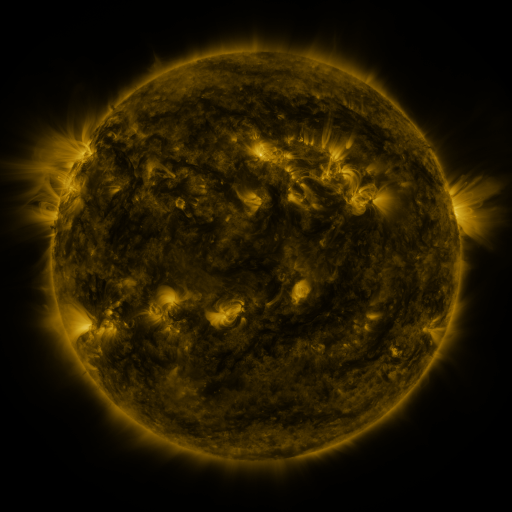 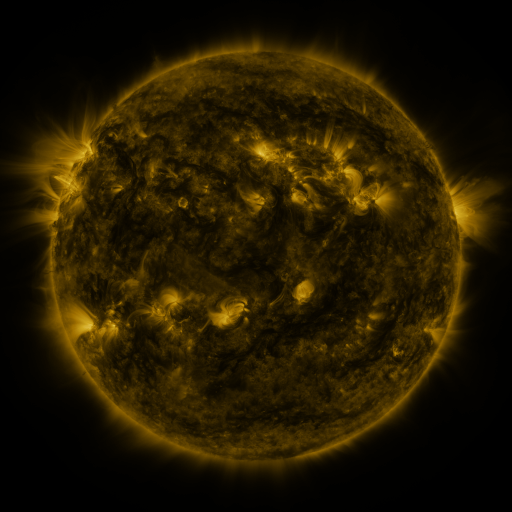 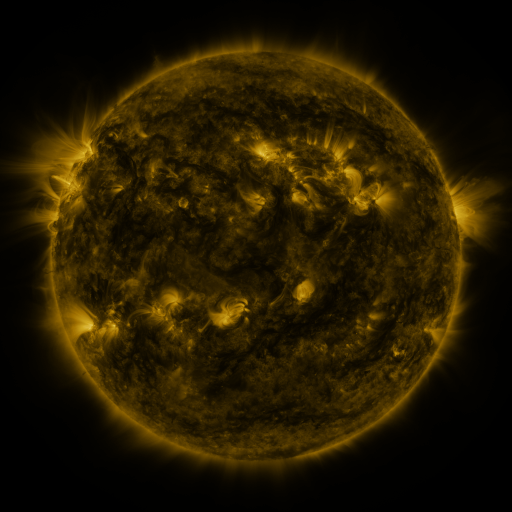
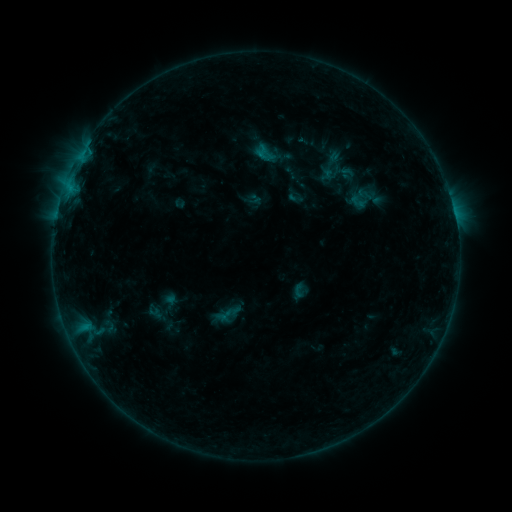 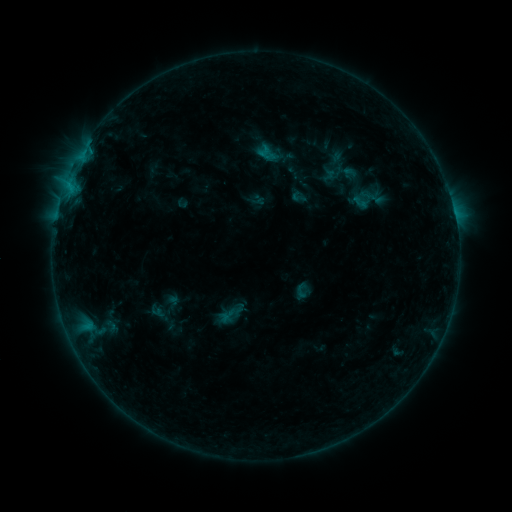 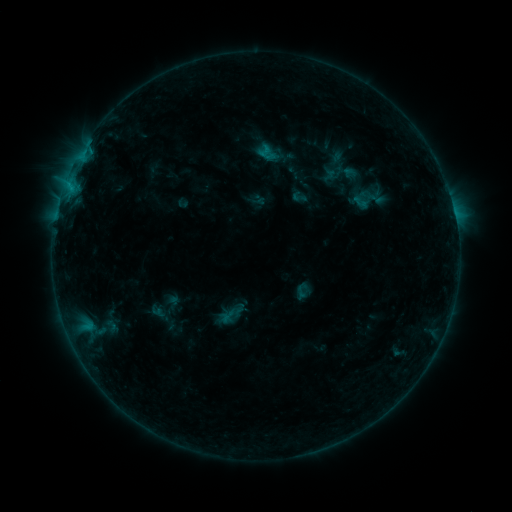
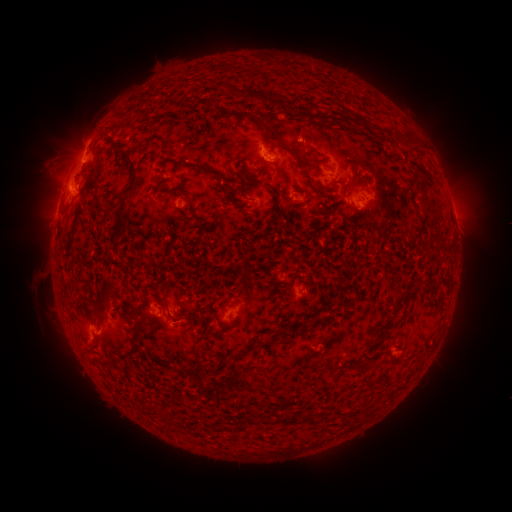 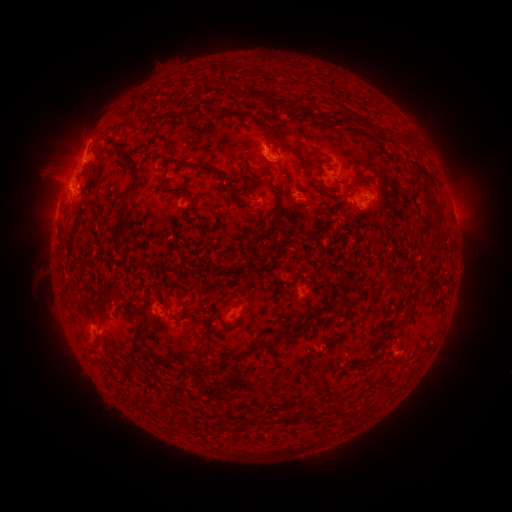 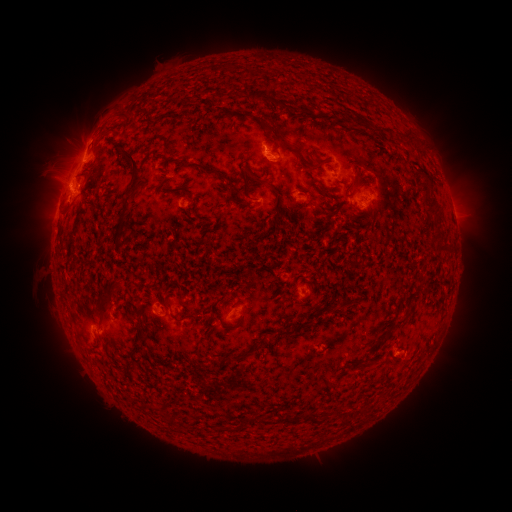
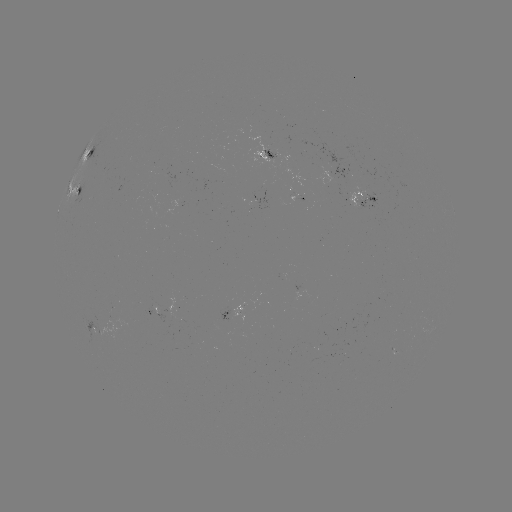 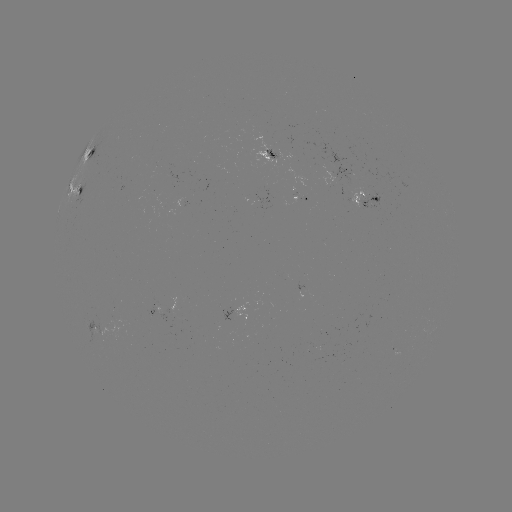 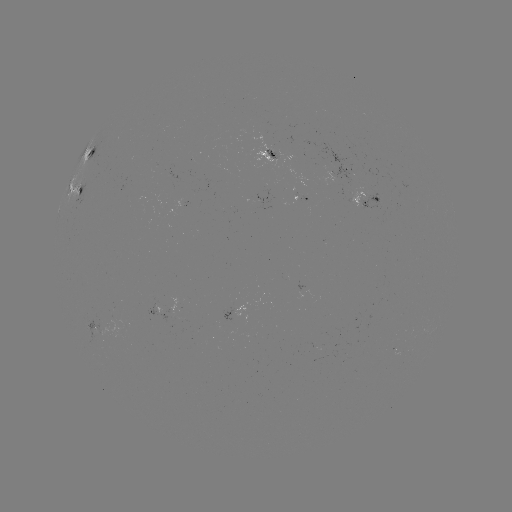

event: emerging-flux region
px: (298, 199)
